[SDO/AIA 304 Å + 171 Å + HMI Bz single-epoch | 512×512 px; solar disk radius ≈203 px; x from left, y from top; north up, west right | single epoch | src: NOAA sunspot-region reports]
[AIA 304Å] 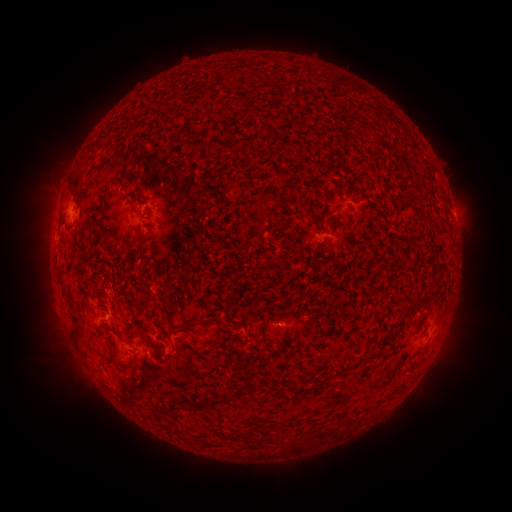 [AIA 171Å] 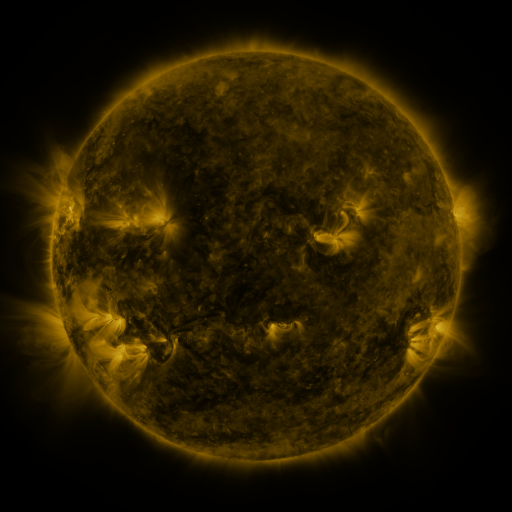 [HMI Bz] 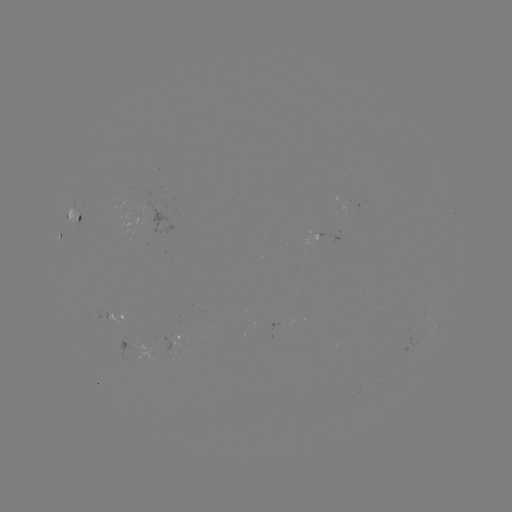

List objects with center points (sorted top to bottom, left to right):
spotted active region: (454, 214)
spotted active region: (74, 218)
spotted active region: (64, 238)
spotted active region: (116, 317)
spotted active region: (181, 336)
spotted active region: (146, 347)
